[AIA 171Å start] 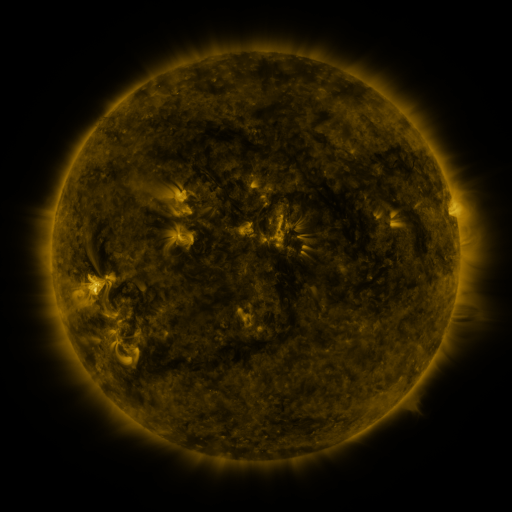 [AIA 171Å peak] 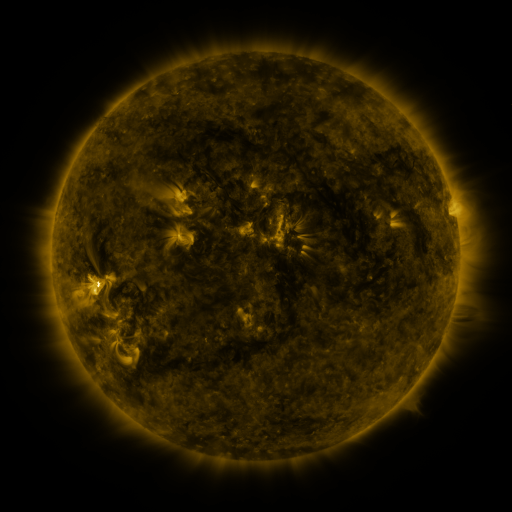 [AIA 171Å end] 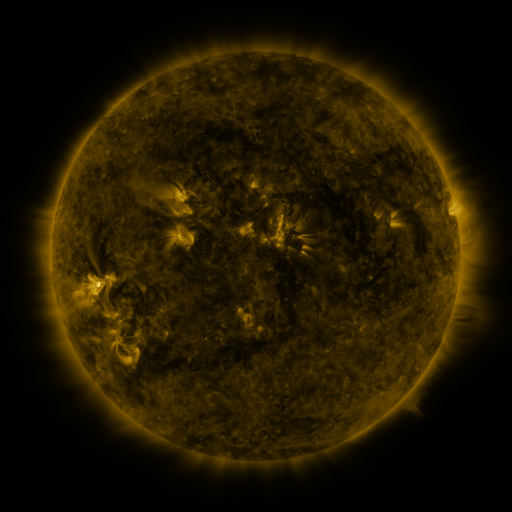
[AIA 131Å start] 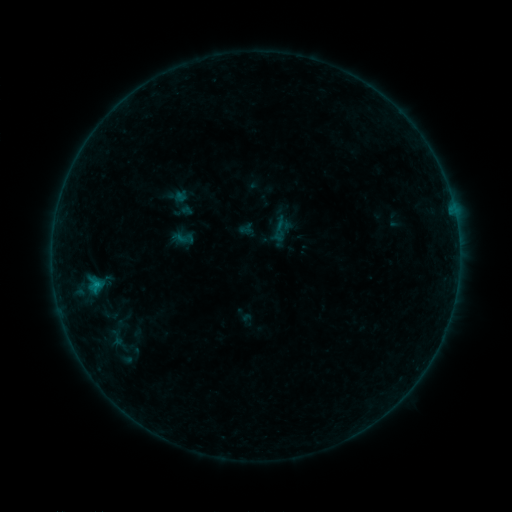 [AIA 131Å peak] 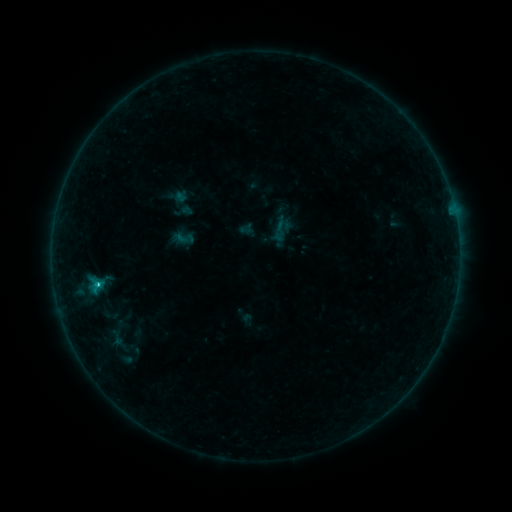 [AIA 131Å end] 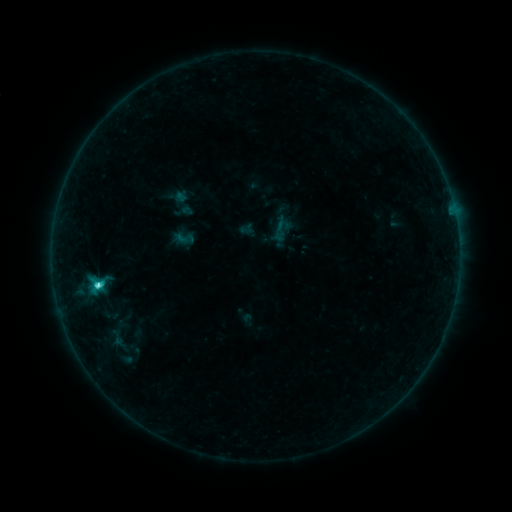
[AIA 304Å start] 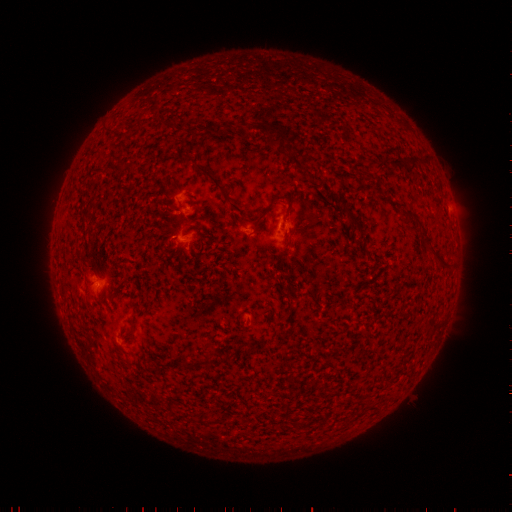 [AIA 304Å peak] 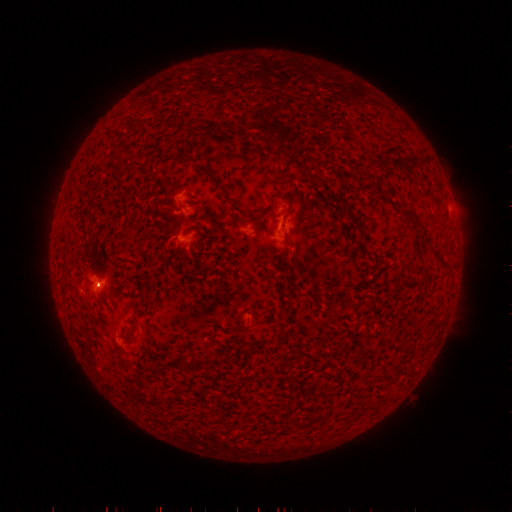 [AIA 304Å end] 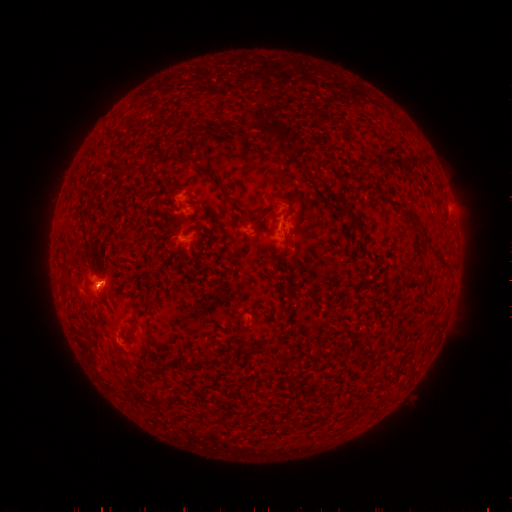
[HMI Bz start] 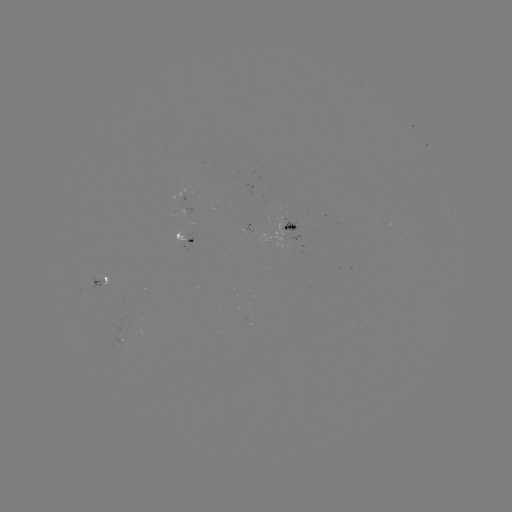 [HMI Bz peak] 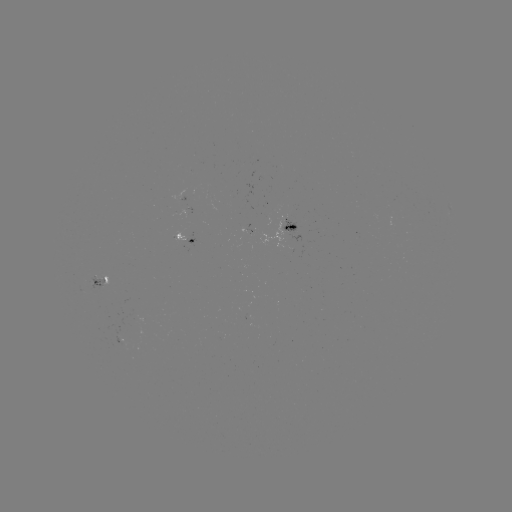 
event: flare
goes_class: C6.0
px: (98, 282)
